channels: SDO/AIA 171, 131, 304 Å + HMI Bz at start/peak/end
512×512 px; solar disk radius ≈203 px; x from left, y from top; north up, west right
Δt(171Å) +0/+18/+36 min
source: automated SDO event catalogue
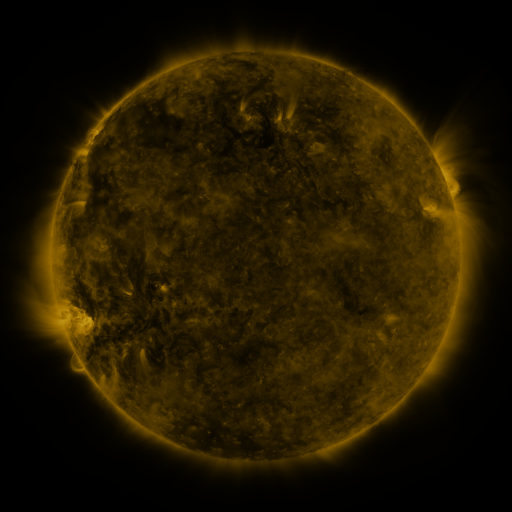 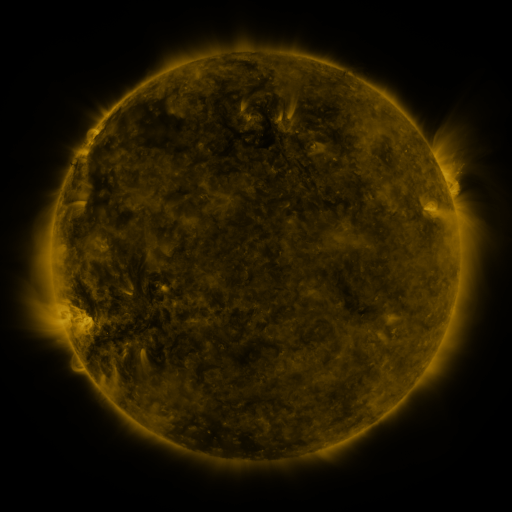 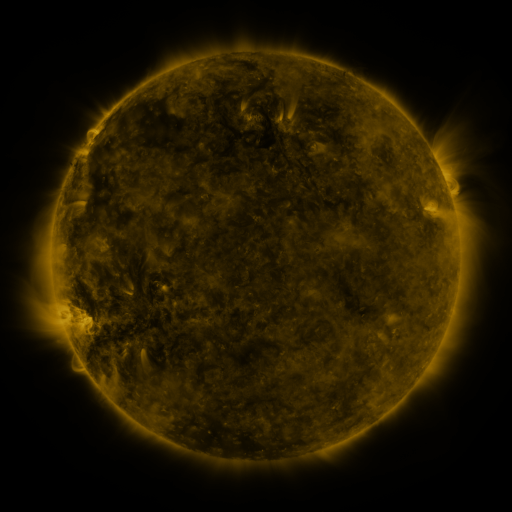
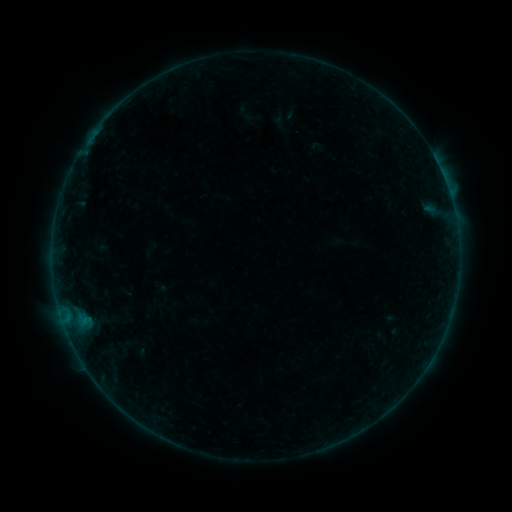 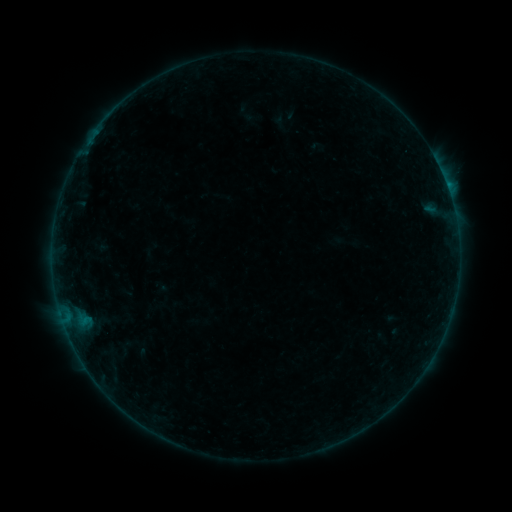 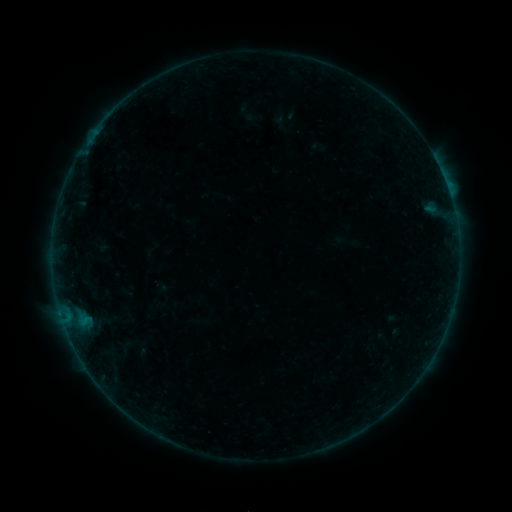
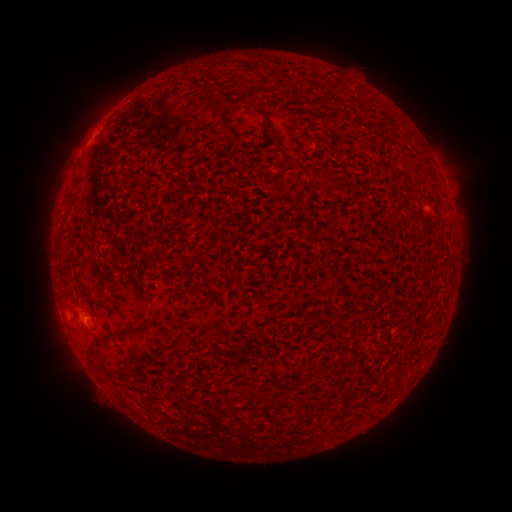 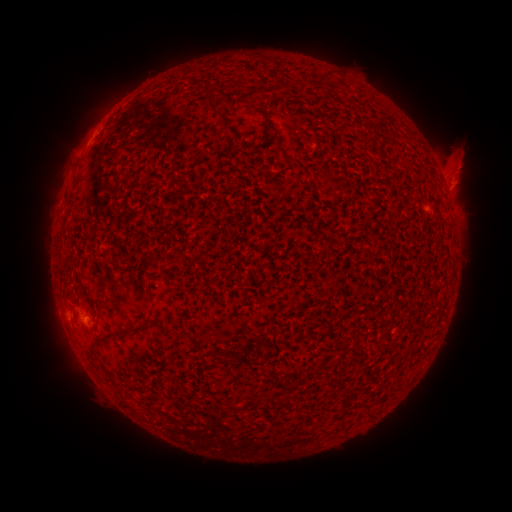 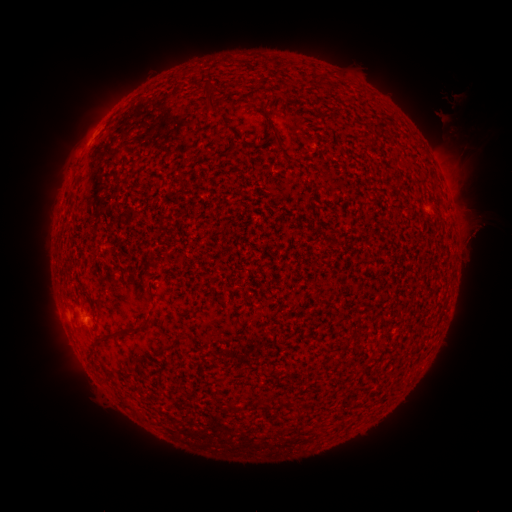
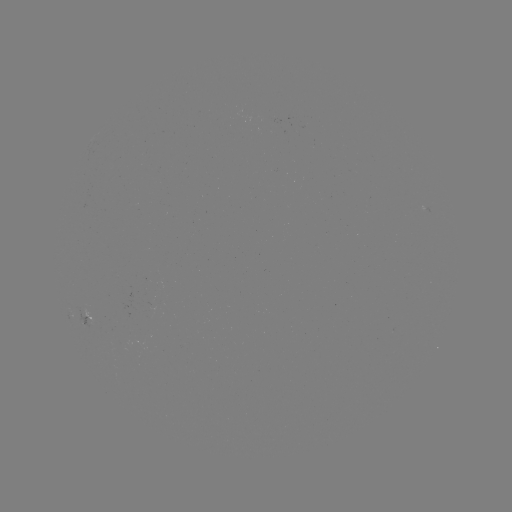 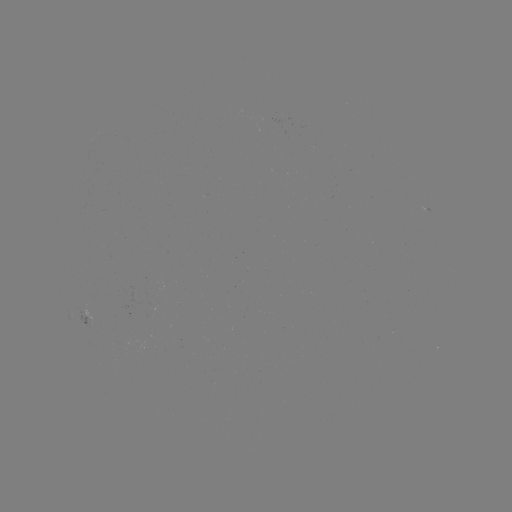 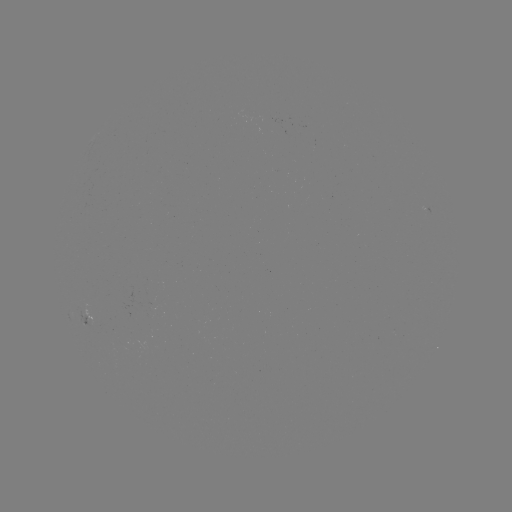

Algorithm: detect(eruption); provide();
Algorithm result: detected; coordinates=461,171